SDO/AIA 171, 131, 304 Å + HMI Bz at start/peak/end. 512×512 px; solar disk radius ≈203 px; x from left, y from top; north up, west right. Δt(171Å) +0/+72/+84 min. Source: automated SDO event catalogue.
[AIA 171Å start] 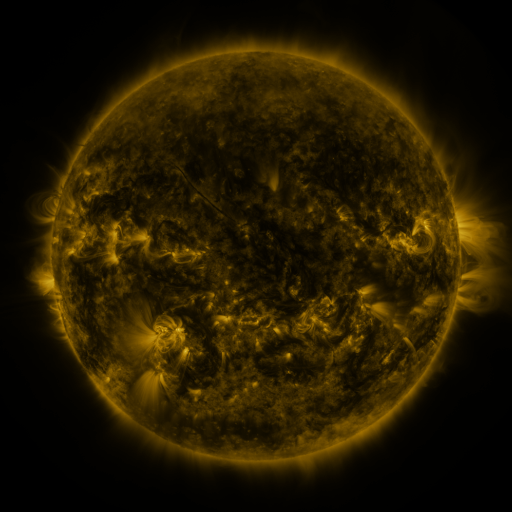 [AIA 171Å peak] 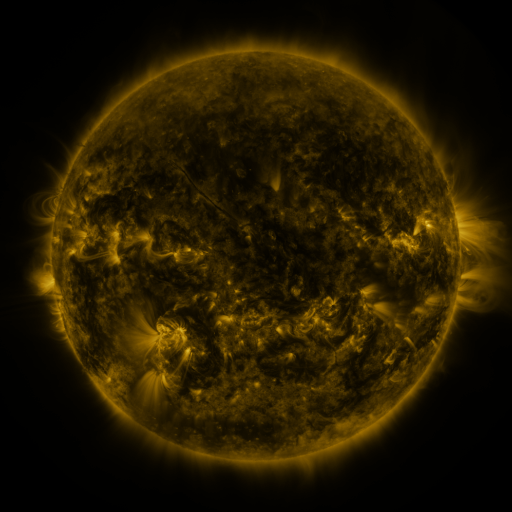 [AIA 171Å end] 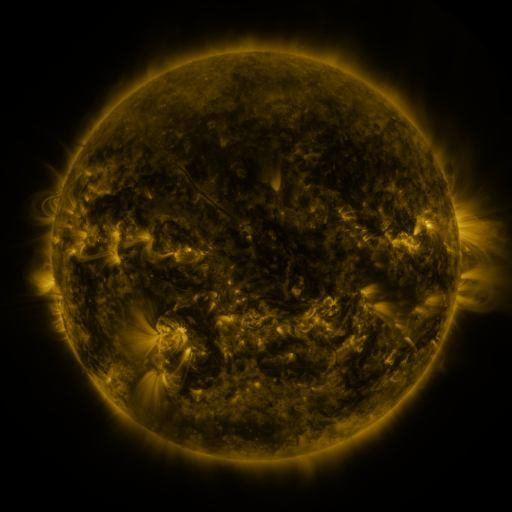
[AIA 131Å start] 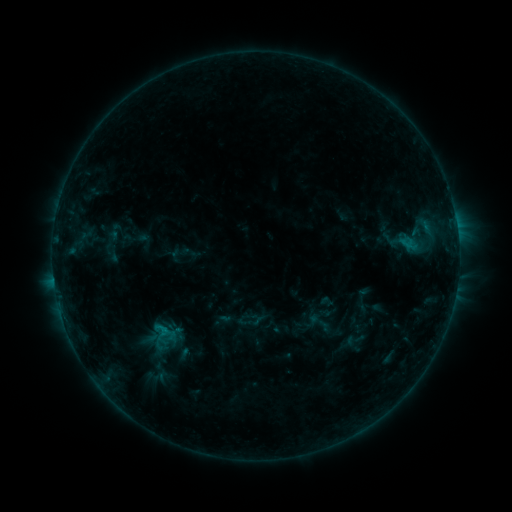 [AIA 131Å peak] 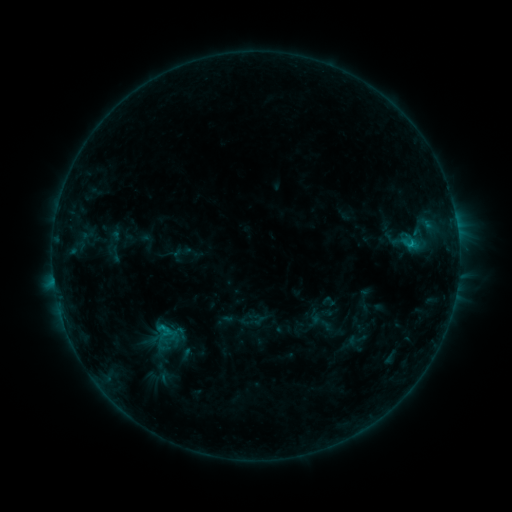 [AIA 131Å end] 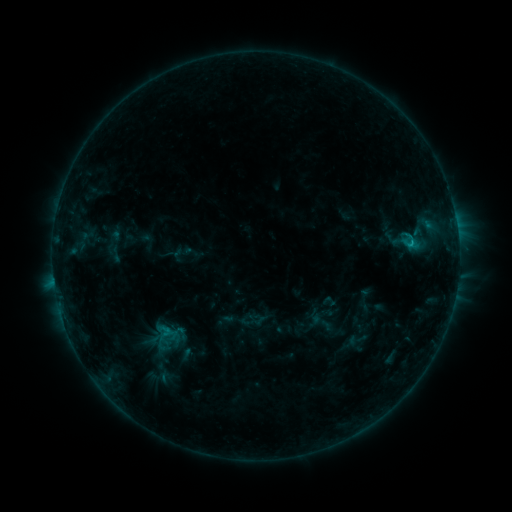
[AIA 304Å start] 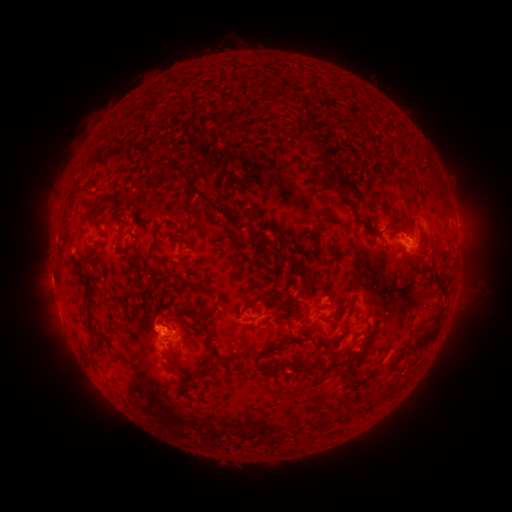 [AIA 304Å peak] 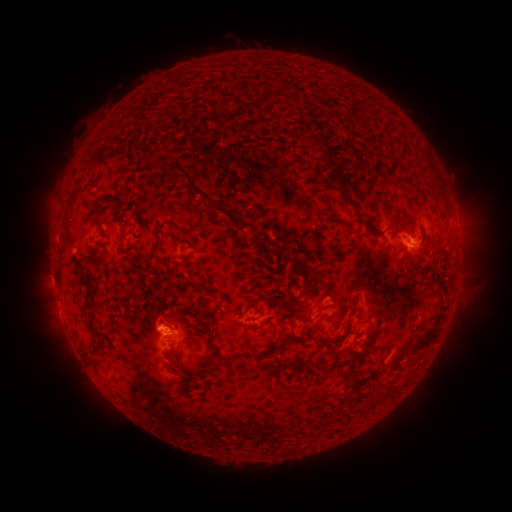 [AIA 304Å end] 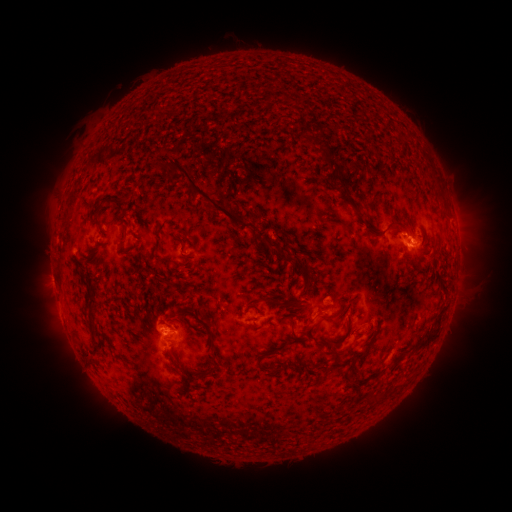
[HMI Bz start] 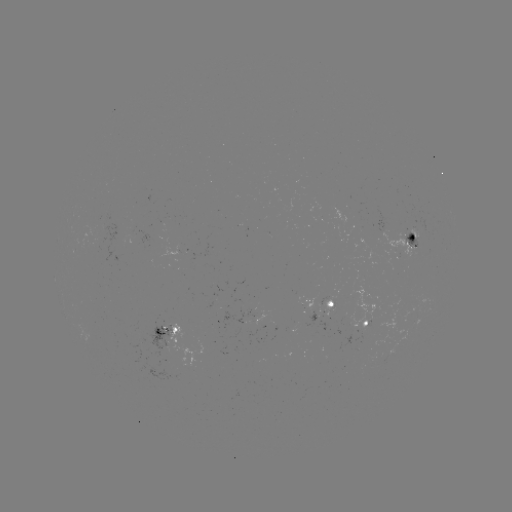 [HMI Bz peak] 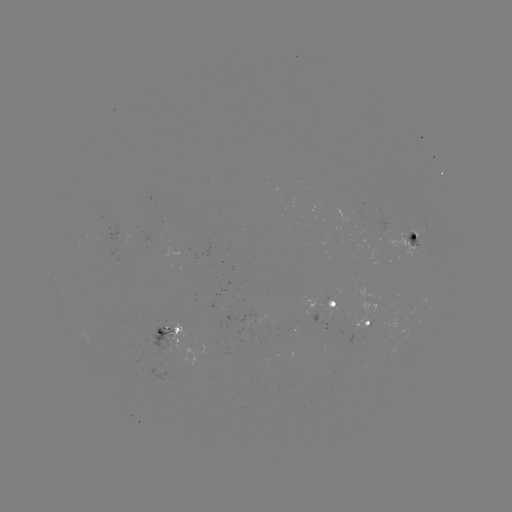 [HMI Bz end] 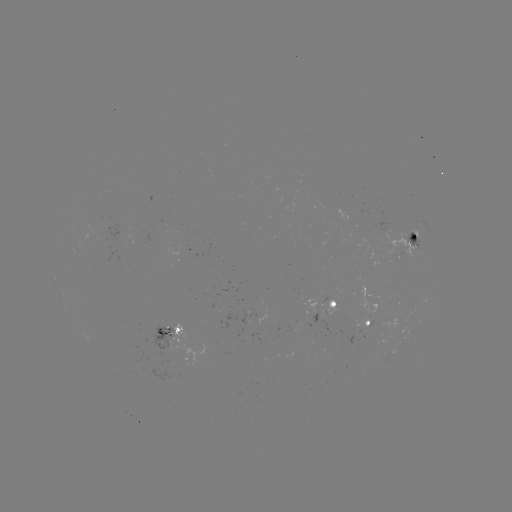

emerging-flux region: (372, 209, 393, 232)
